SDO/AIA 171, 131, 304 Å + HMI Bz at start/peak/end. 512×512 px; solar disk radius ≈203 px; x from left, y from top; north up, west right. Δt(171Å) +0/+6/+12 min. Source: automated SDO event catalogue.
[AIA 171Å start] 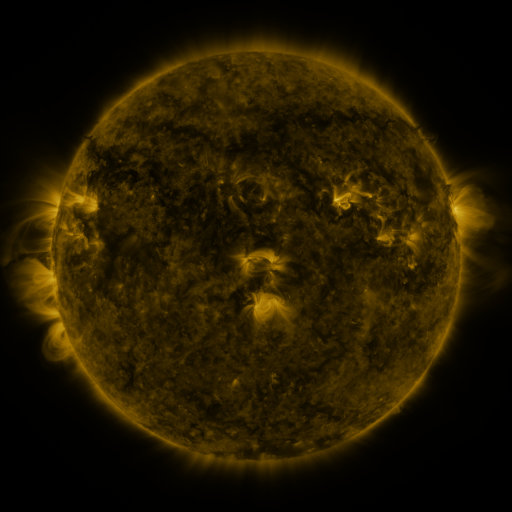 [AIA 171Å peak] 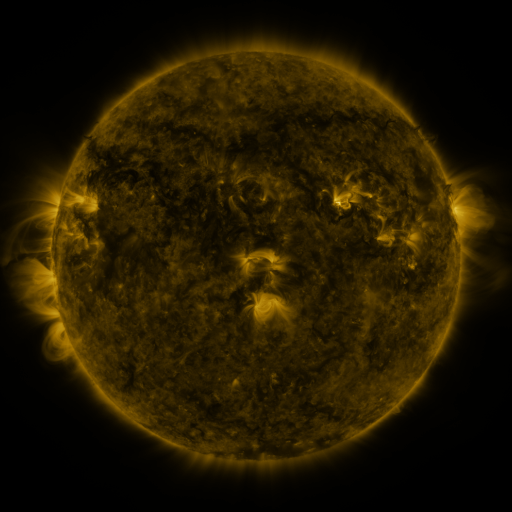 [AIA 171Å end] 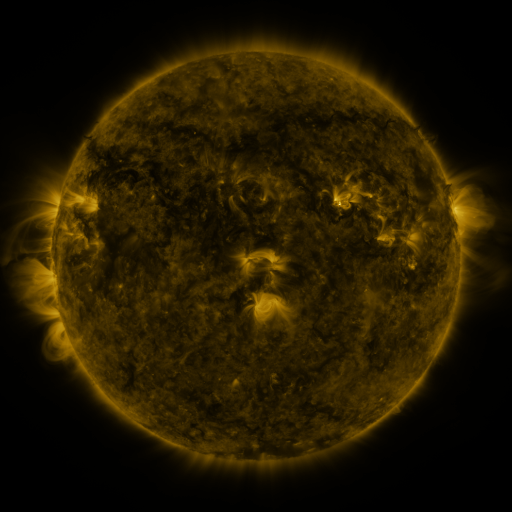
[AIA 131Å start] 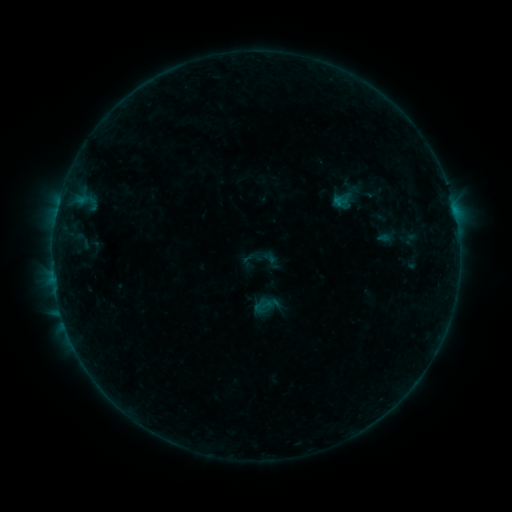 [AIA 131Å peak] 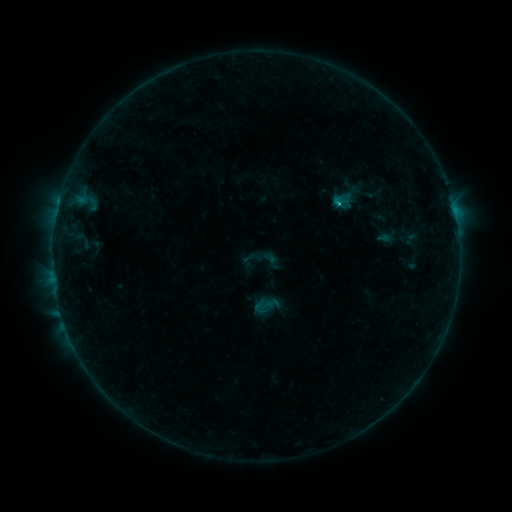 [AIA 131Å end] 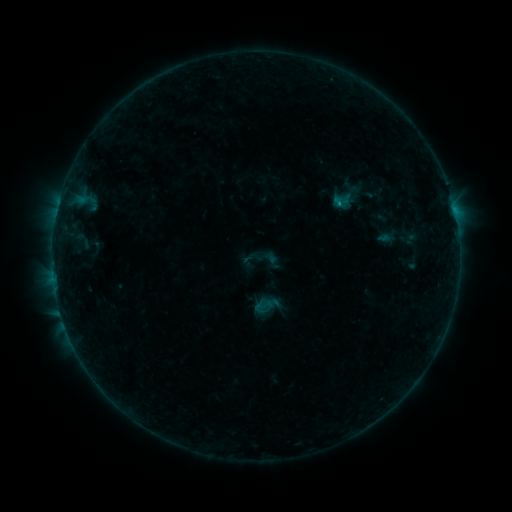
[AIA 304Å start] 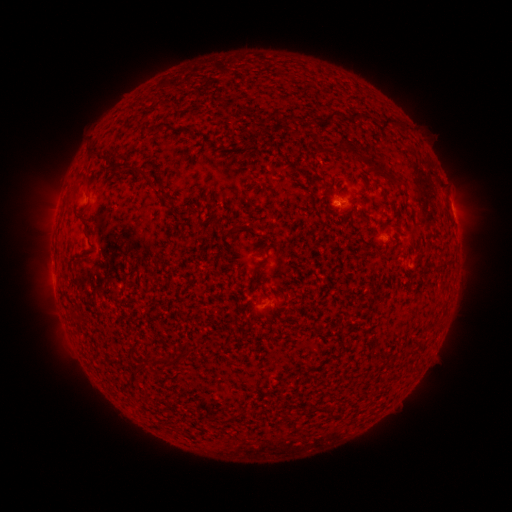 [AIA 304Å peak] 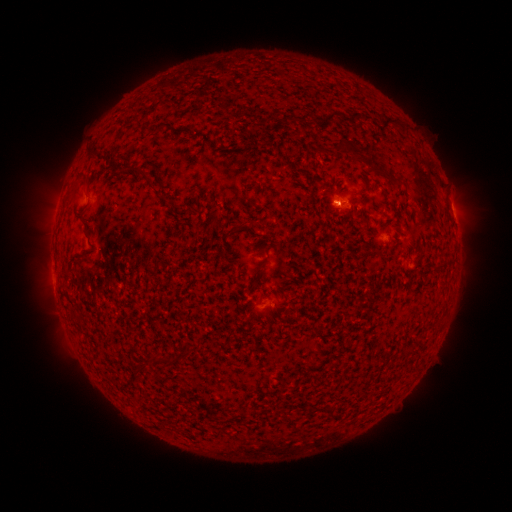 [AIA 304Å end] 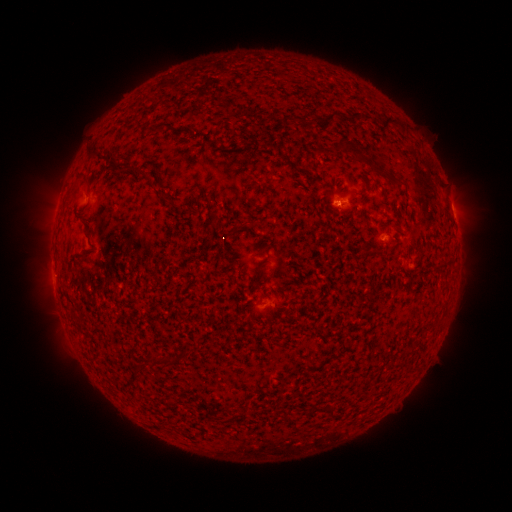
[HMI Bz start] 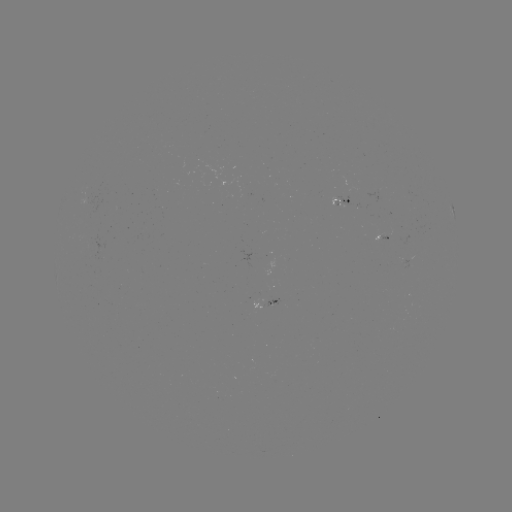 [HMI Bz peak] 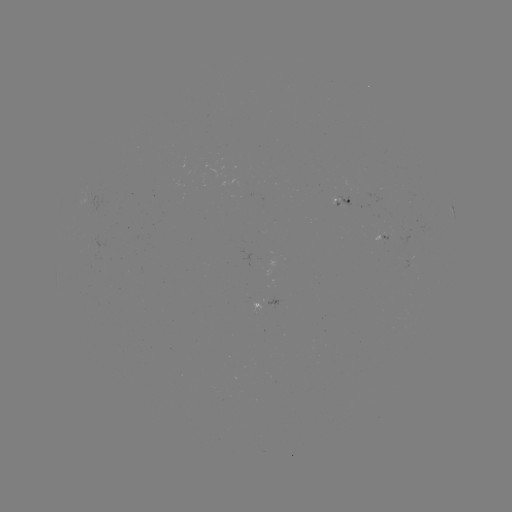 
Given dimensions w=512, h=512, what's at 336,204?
B4.1 flare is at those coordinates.